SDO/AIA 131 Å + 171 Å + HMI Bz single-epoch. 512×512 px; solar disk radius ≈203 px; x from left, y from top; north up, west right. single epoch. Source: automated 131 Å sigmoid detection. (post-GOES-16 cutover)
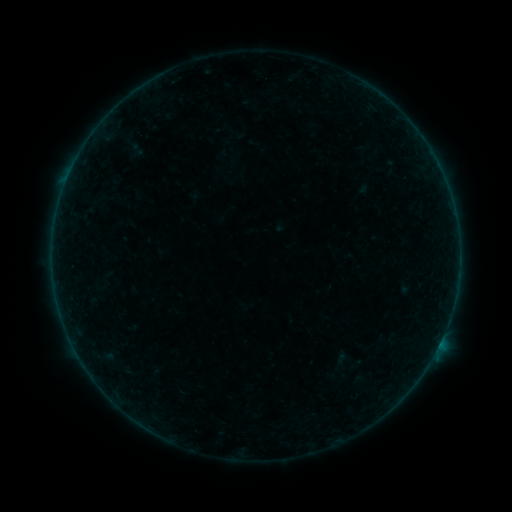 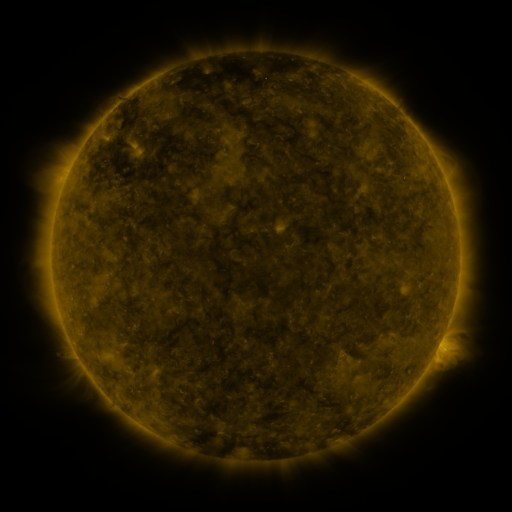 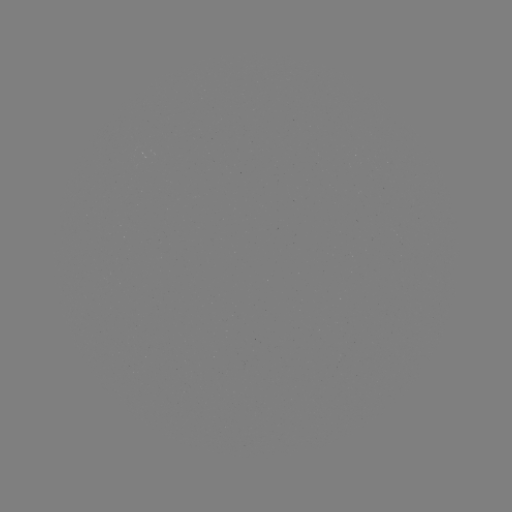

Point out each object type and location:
sigmoid: [128, 141, 145, 159]
